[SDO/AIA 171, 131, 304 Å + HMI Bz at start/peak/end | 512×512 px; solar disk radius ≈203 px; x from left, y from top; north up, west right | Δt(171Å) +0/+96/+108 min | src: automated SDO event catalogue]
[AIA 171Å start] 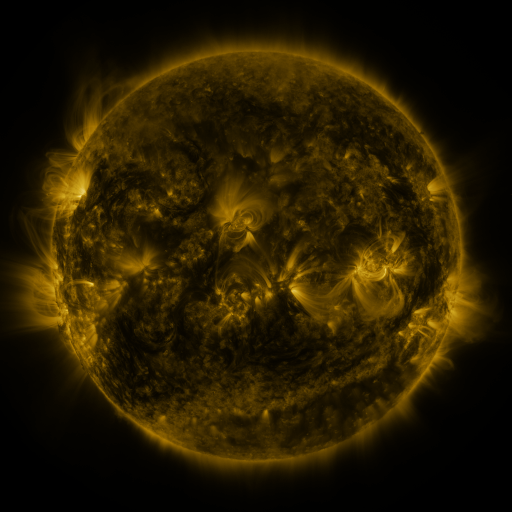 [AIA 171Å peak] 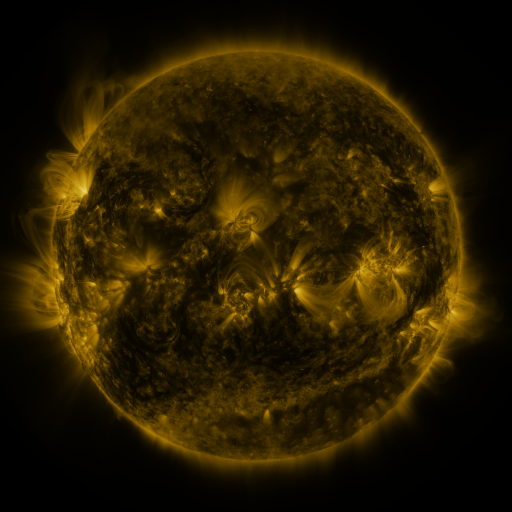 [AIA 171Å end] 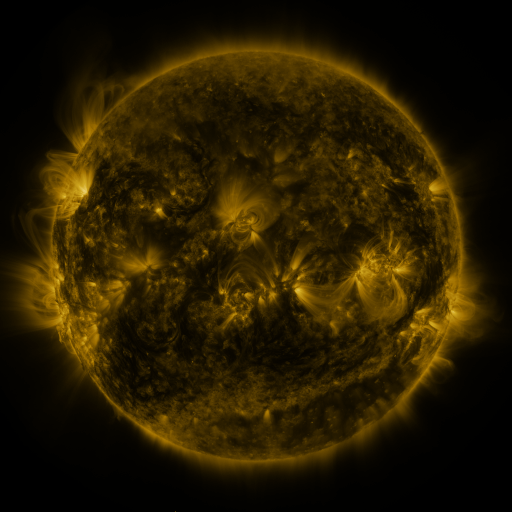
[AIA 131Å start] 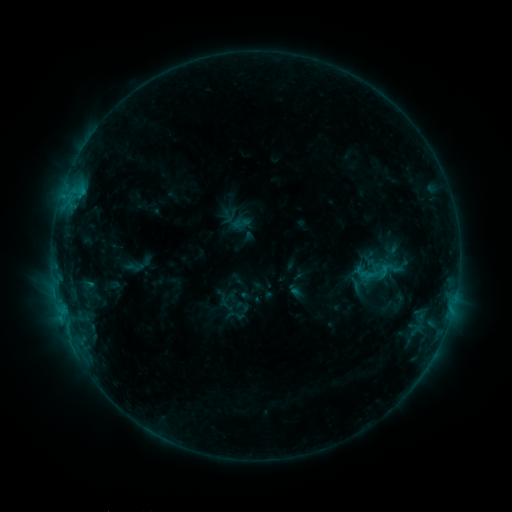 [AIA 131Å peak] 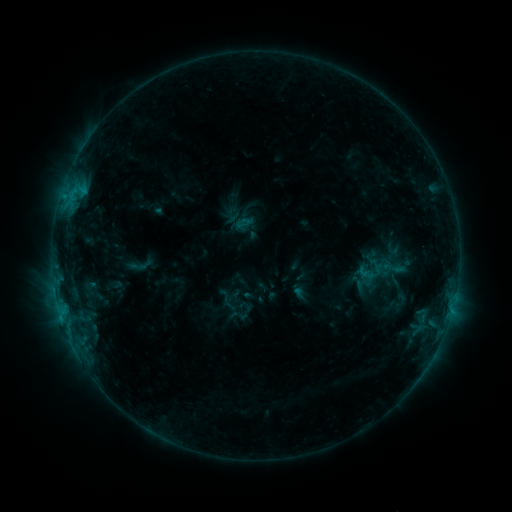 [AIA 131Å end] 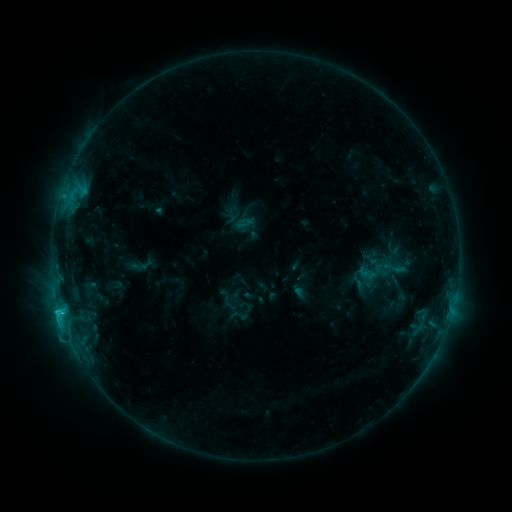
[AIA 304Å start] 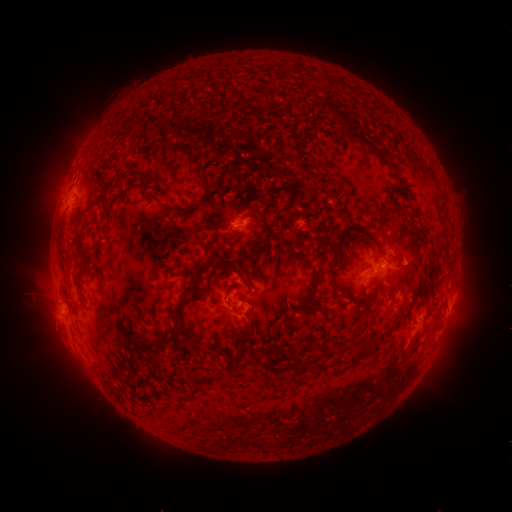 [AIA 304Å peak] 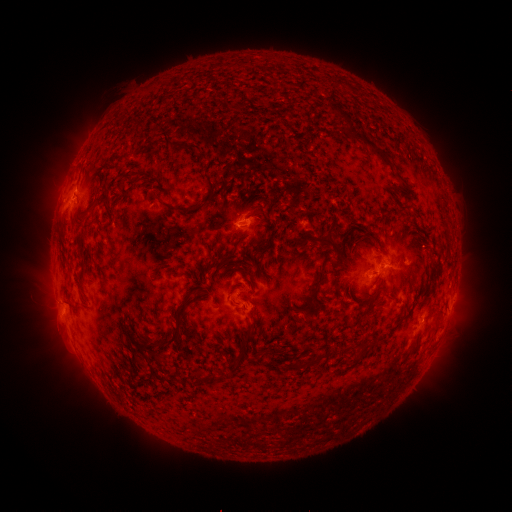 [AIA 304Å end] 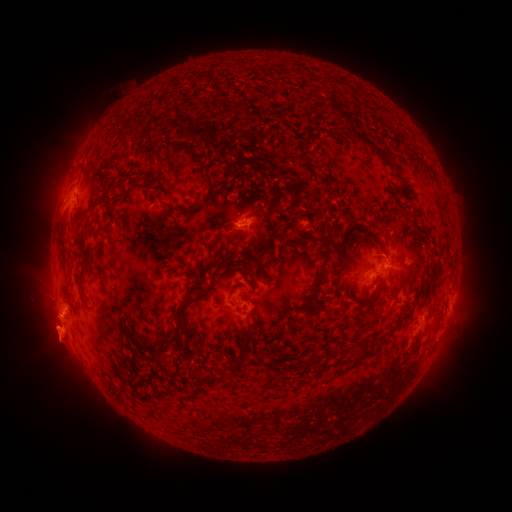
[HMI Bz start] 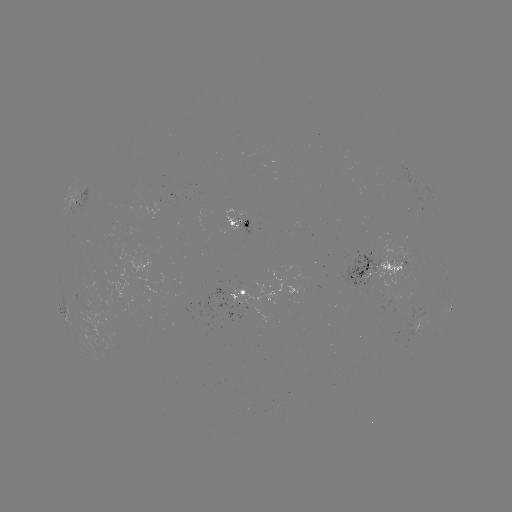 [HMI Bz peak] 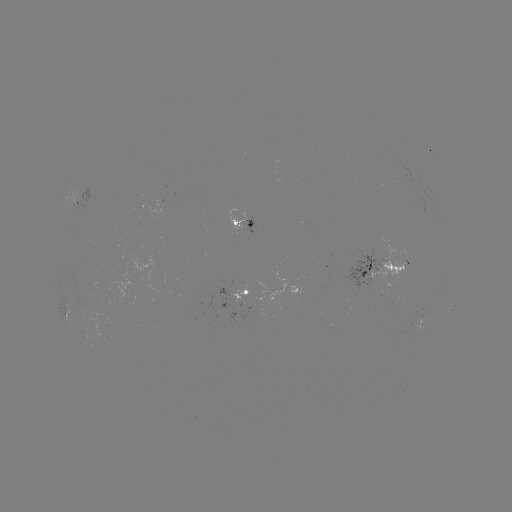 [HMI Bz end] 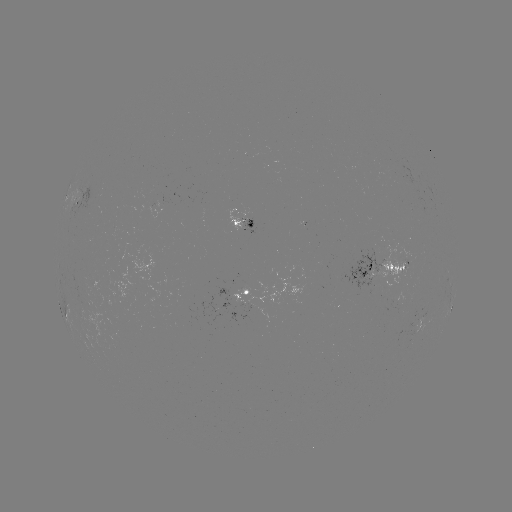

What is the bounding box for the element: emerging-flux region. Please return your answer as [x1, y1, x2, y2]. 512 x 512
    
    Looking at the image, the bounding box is [223, 210, 246, 232].